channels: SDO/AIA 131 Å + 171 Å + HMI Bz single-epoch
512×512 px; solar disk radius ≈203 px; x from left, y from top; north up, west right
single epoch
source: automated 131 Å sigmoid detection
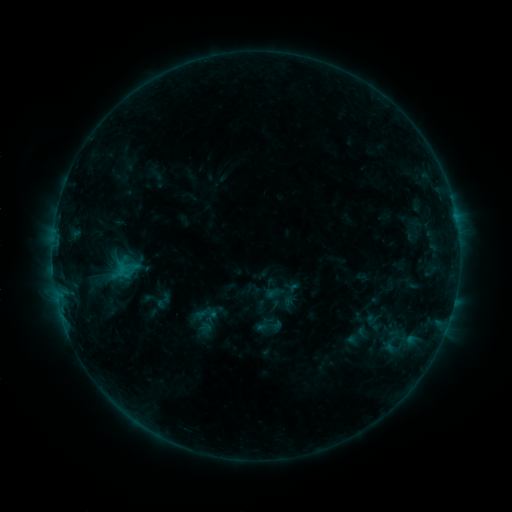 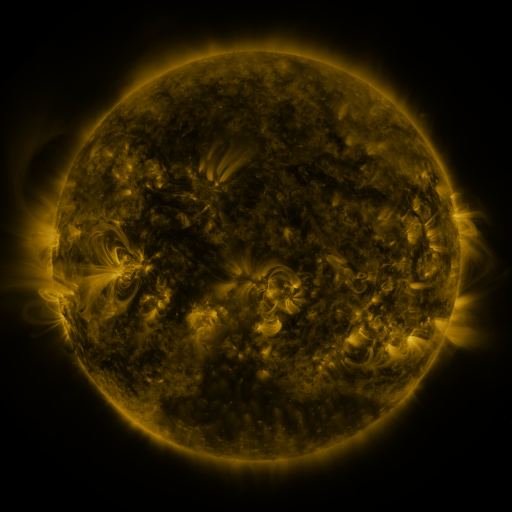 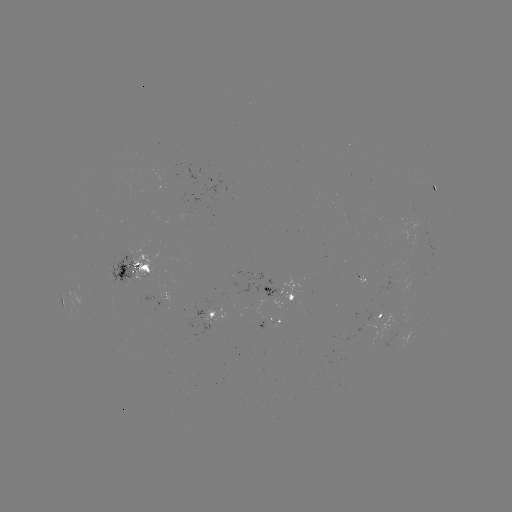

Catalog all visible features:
sigmoid: (164, 301)
sigmoid: (267, 326)
sigmoid: (391, 344)
